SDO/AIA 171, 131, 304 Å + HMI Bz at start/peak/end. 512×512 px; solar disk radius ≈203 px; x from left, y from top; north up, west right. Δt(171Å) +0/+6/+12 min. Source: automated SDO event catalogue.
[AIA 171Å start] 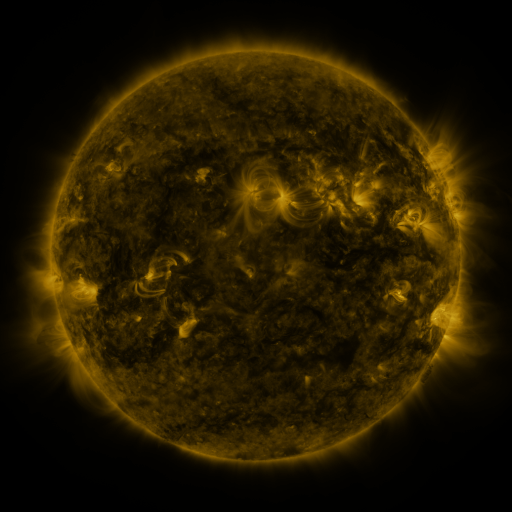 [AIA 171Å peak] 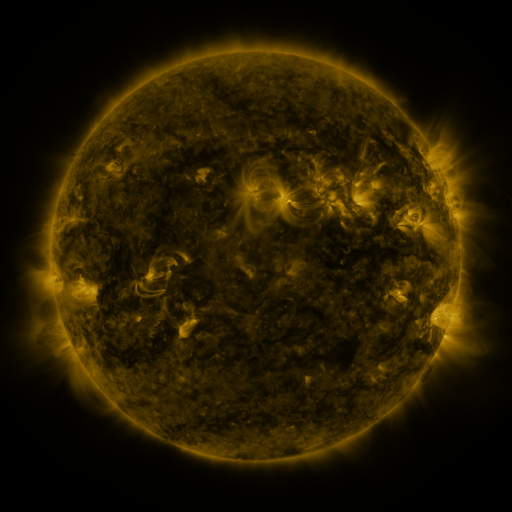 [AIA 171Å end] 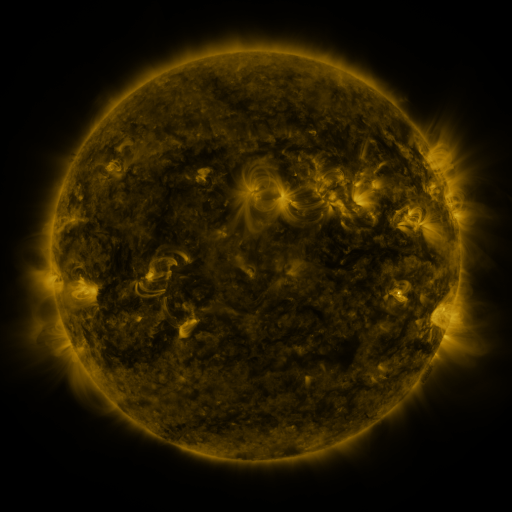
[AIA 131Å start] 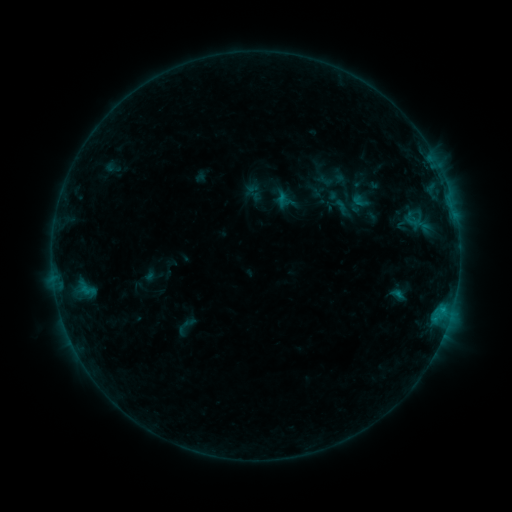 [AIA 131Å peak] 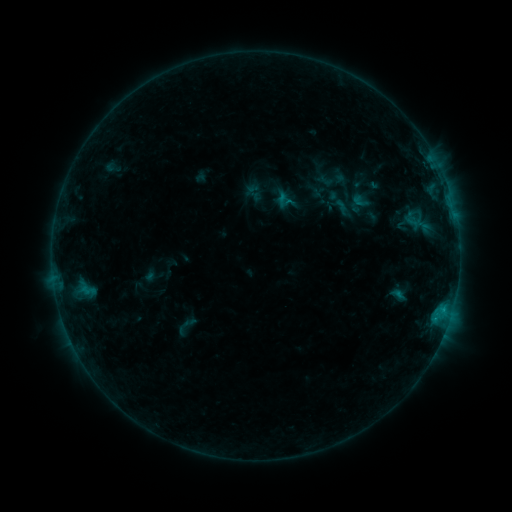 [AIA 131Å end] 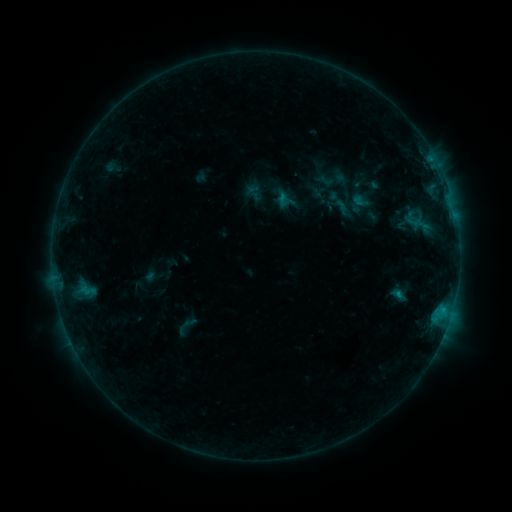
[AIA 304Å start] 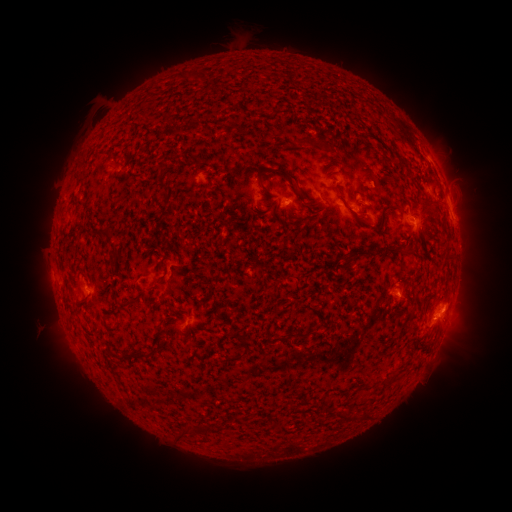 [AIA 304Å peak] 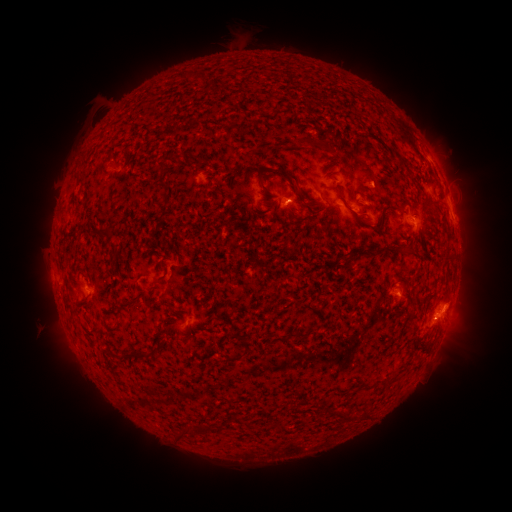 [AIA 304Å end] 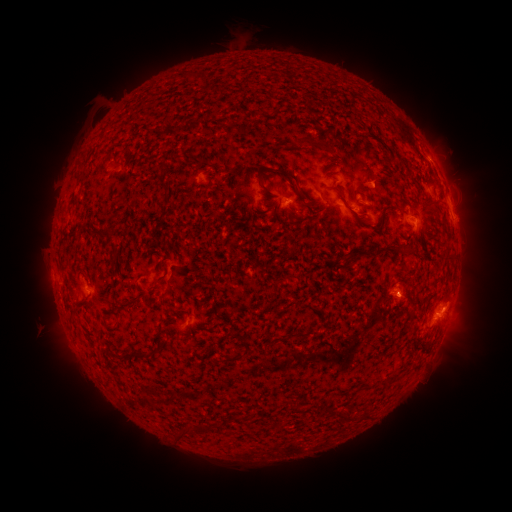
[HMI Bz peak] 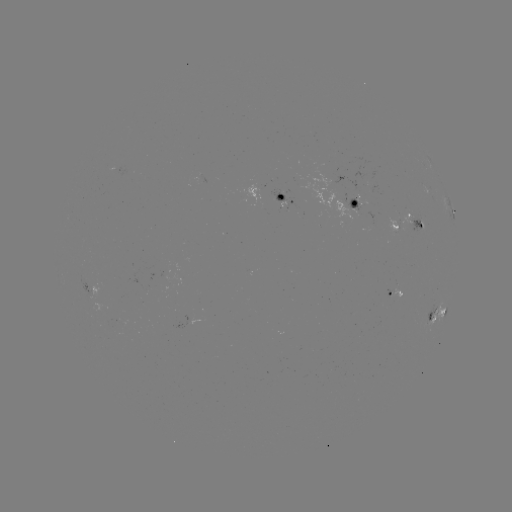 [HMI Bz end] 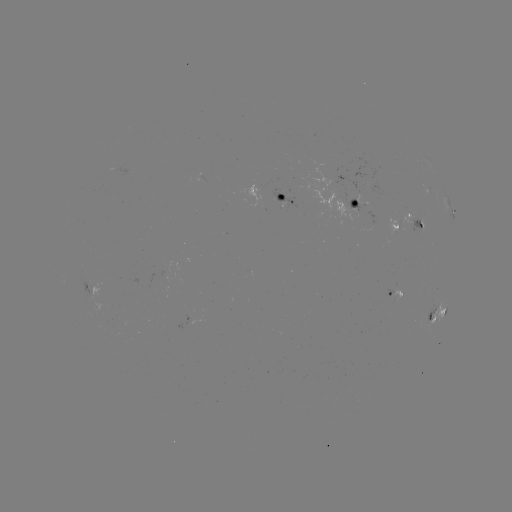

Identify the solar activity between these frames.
eruption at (460, 299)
